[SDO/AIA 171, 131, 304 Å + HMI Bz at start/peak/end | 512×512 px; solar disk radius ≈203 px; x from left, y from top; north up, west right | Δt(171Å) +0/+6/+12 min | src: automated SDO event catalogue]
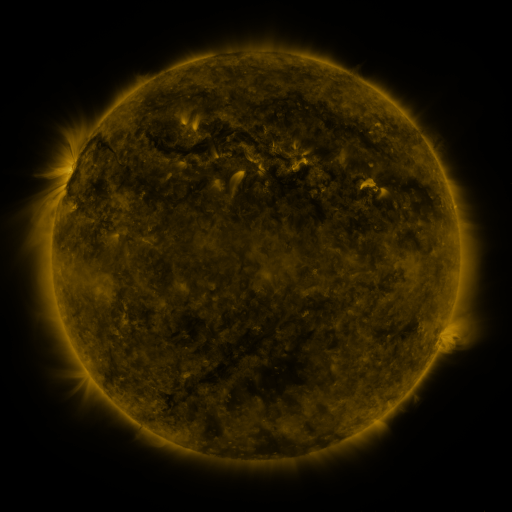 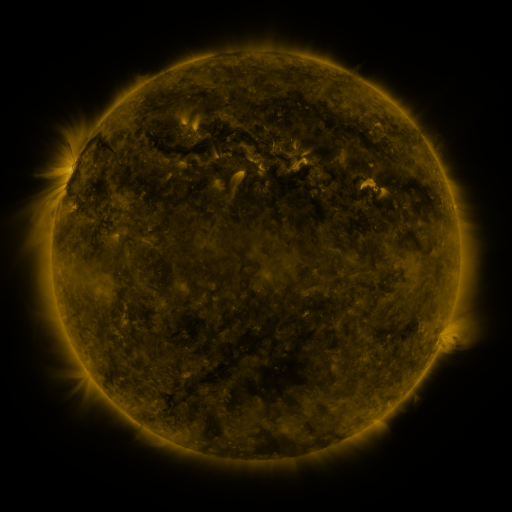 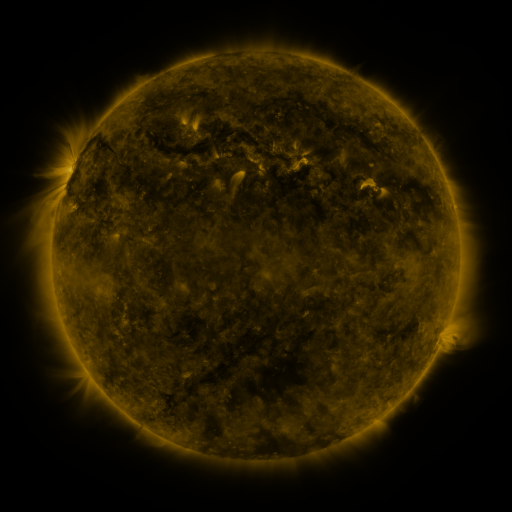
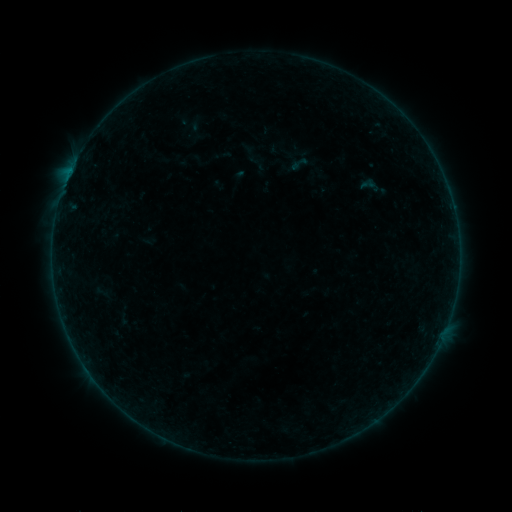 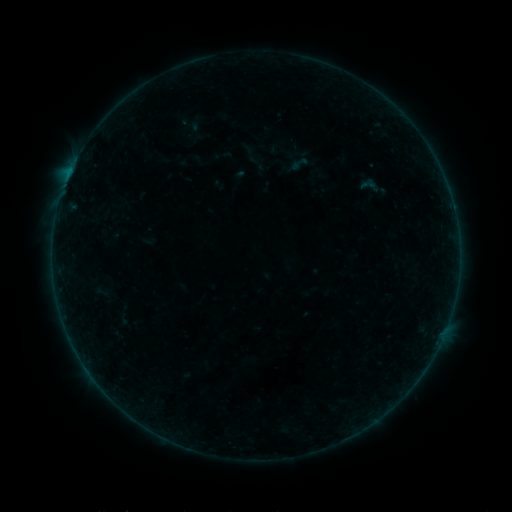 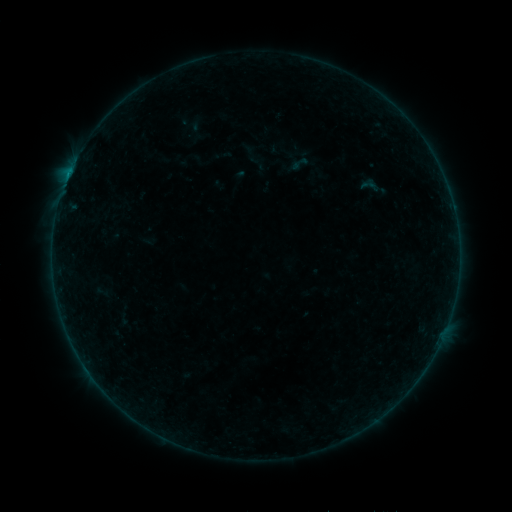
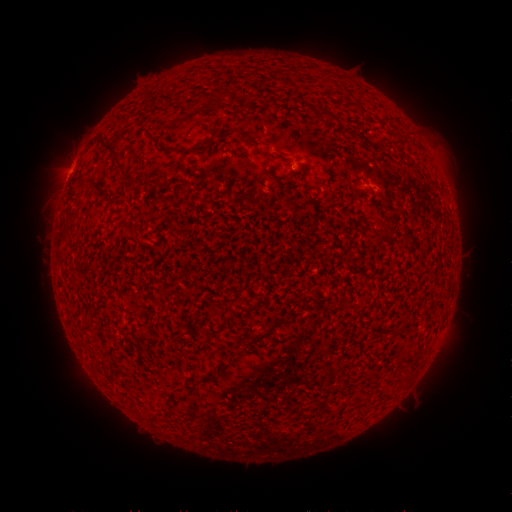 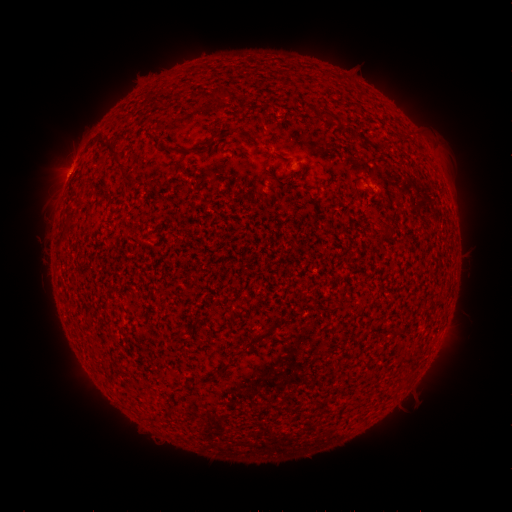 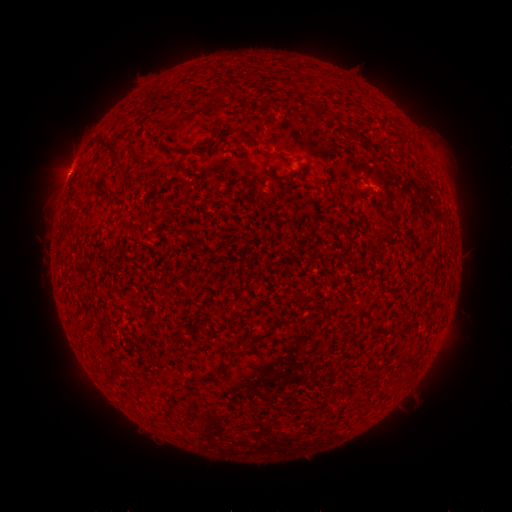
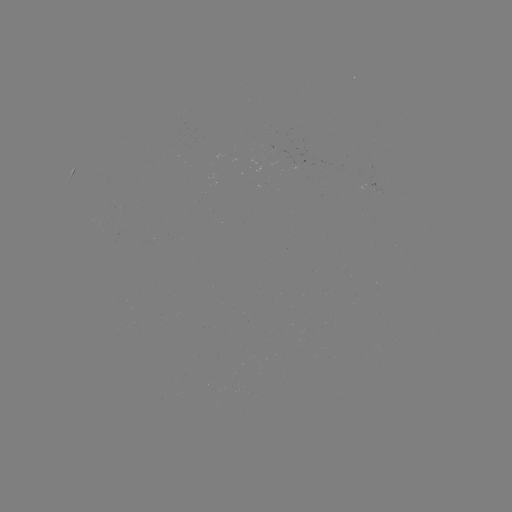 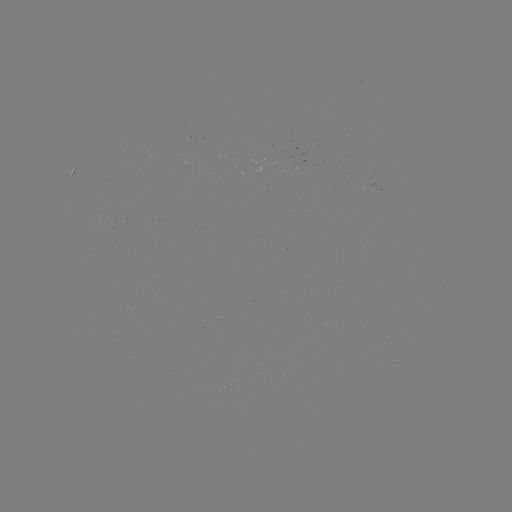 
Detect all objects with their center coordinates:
B2.3 flare: (70, 174)
